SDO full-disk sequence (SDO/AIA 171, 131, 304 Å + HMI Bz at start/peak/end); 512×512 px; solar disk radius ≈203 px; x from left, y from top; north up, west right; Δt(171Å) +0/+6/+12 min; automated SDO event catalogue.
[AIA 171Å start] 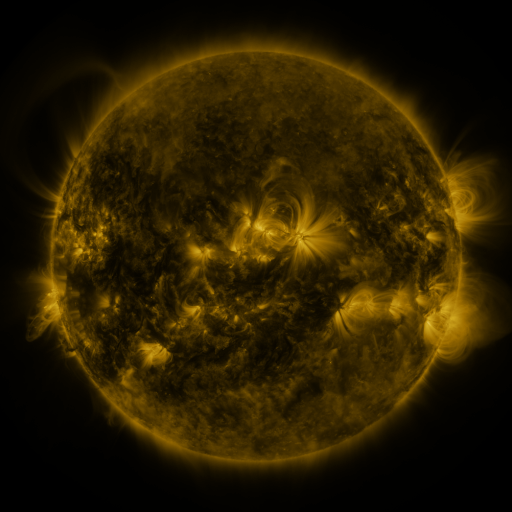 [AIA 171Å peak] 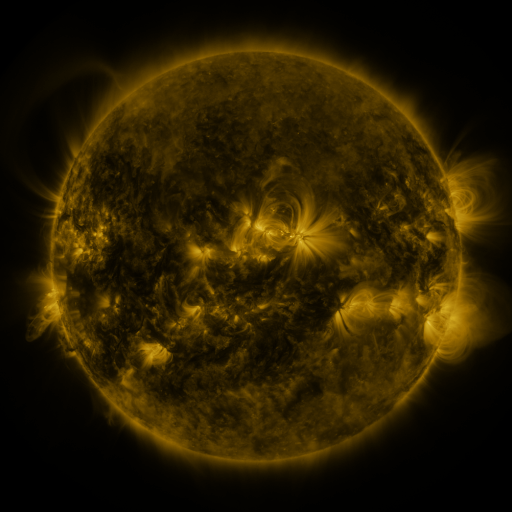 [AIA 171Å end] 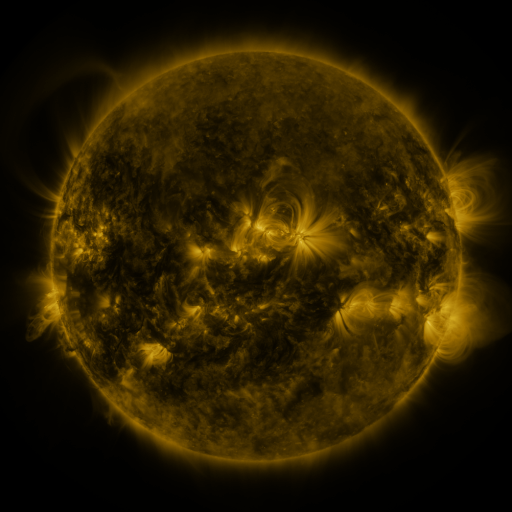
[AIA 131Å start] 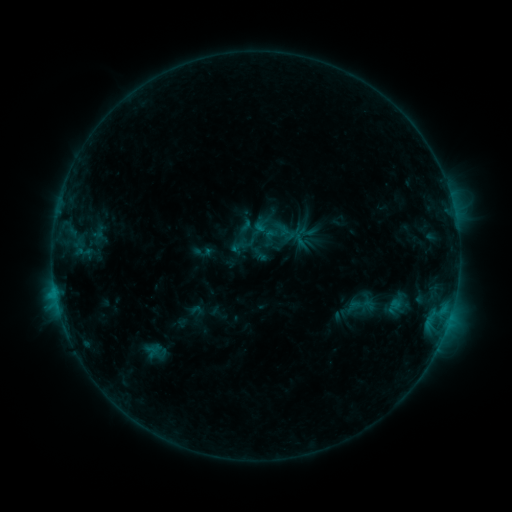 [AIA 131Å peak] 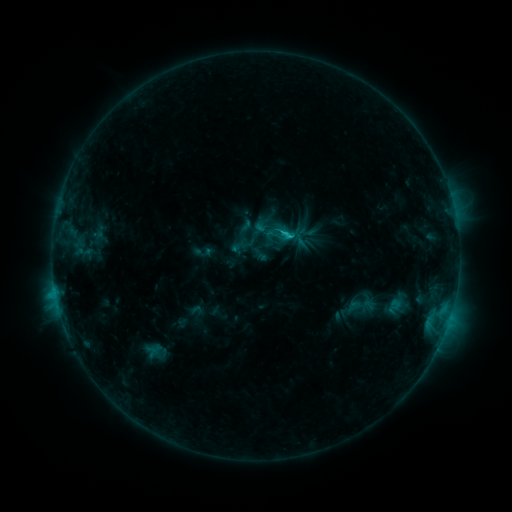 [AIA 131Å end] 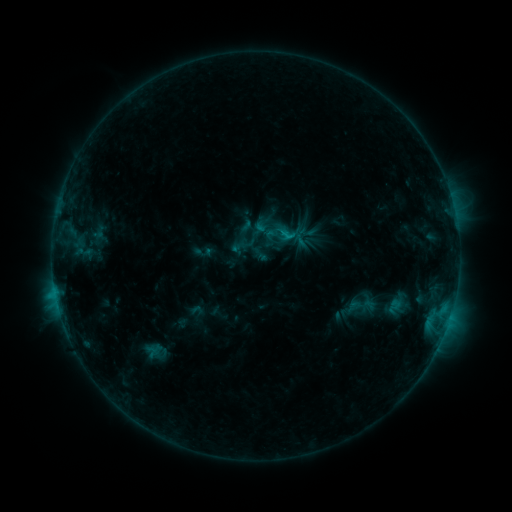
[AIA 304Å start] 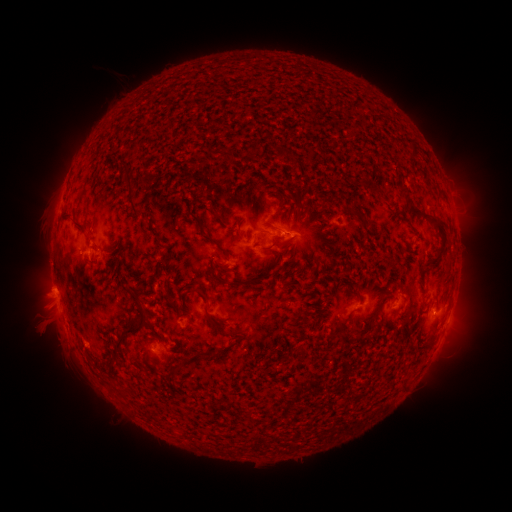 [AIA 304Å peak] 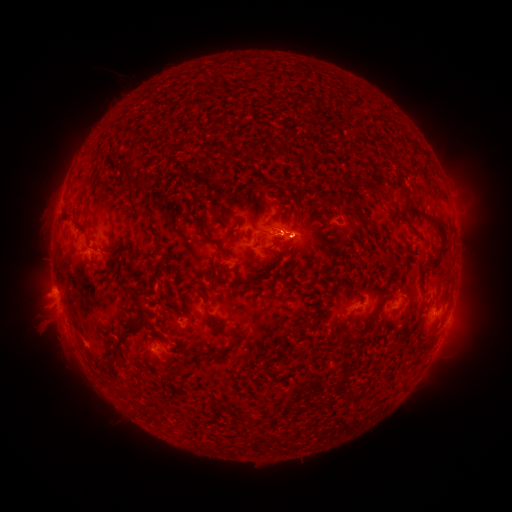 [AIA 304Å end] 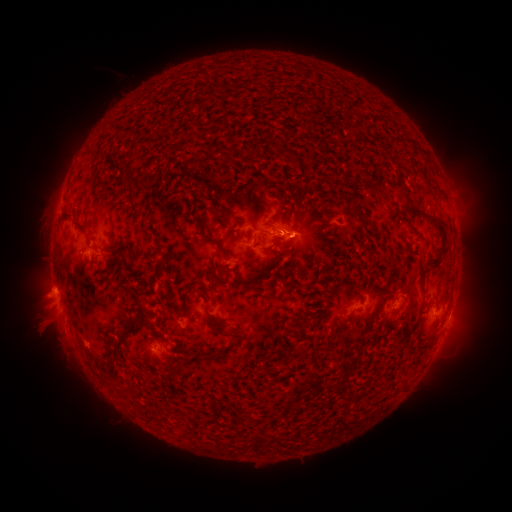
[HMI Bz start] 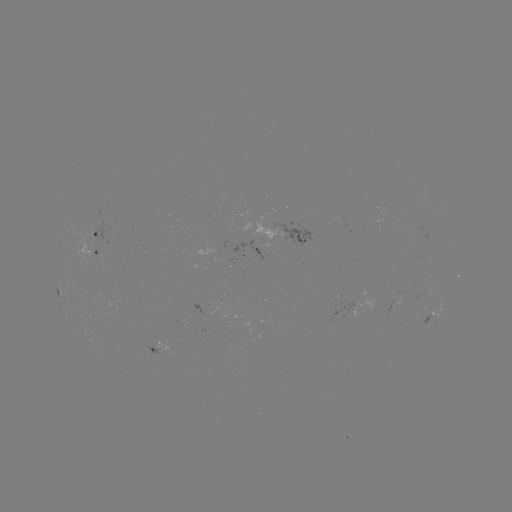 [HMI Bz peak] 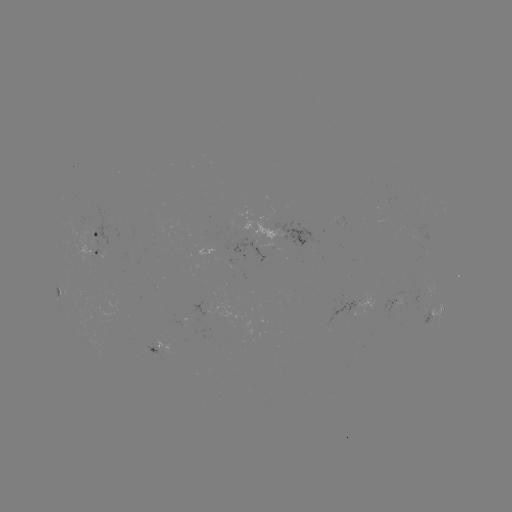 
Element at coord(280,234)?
C1.2 flare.